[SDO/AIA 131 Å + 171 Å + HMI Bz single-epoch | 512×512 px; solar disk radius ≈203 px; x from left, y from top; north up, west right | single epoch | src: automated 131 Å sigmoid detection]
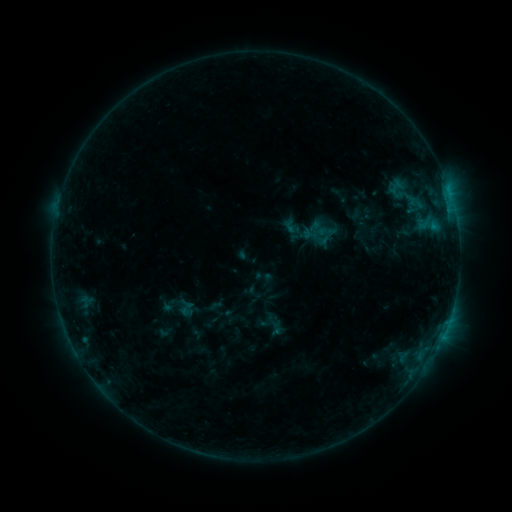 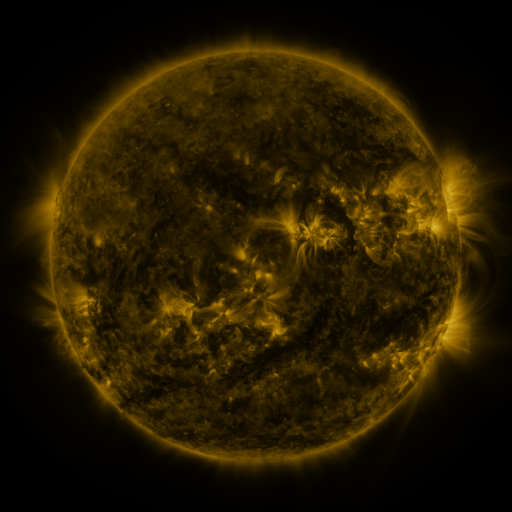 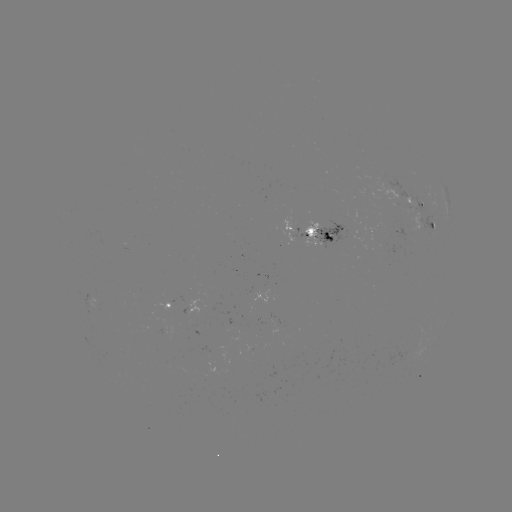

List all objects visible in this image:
sigmoid: (413, 195)
